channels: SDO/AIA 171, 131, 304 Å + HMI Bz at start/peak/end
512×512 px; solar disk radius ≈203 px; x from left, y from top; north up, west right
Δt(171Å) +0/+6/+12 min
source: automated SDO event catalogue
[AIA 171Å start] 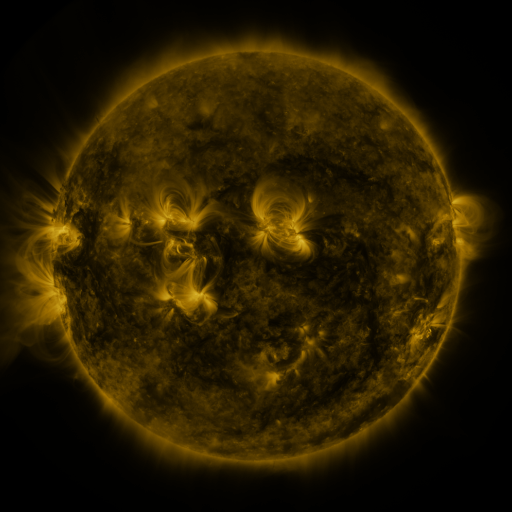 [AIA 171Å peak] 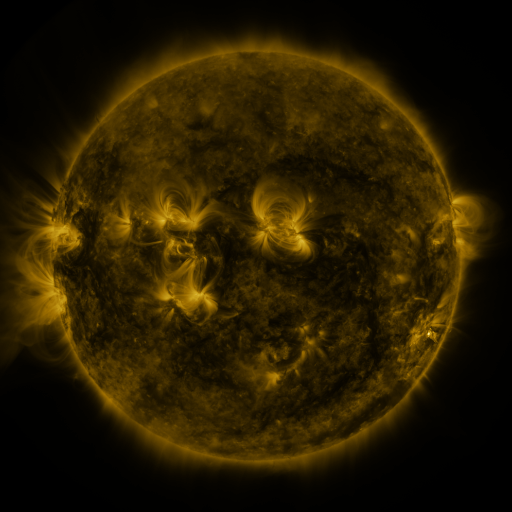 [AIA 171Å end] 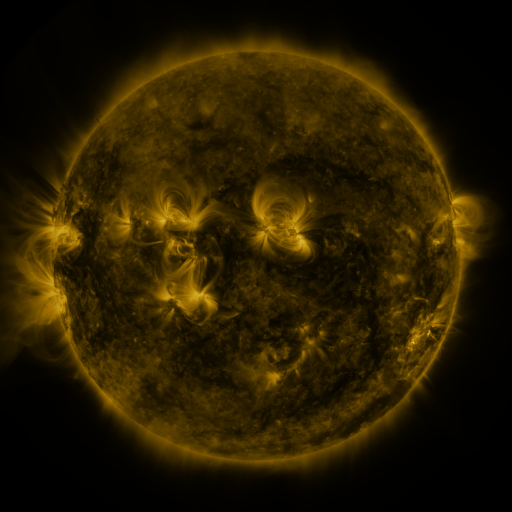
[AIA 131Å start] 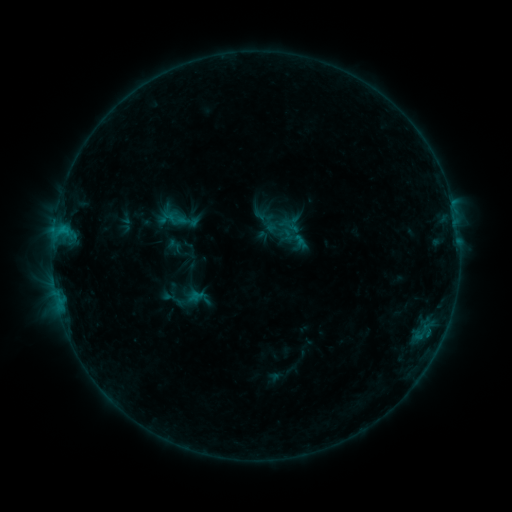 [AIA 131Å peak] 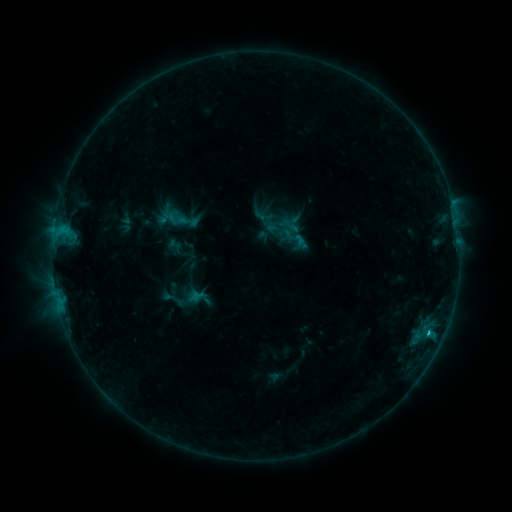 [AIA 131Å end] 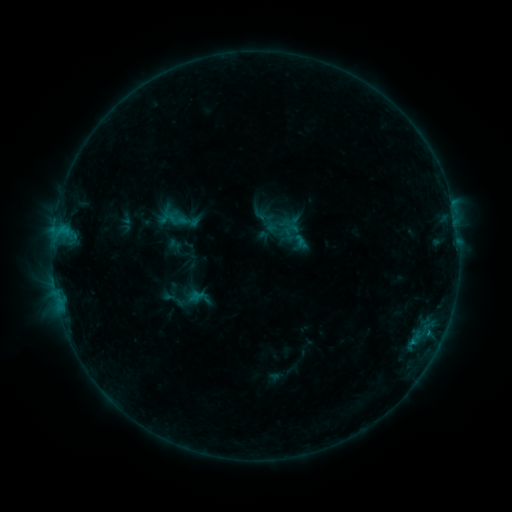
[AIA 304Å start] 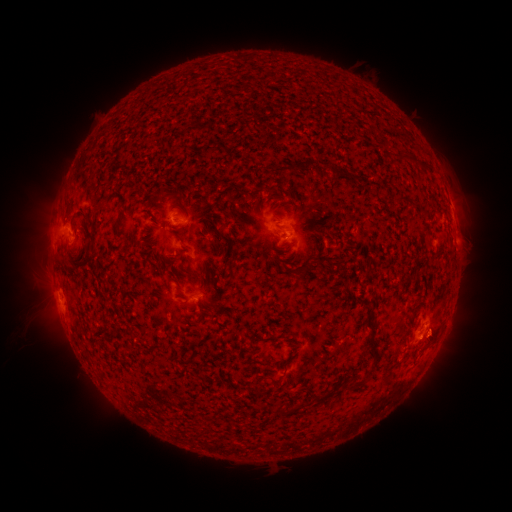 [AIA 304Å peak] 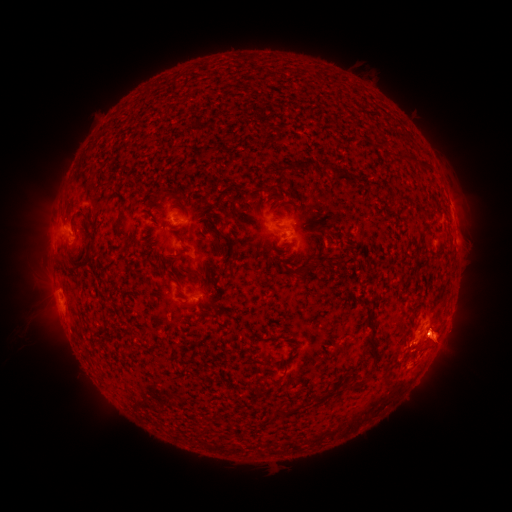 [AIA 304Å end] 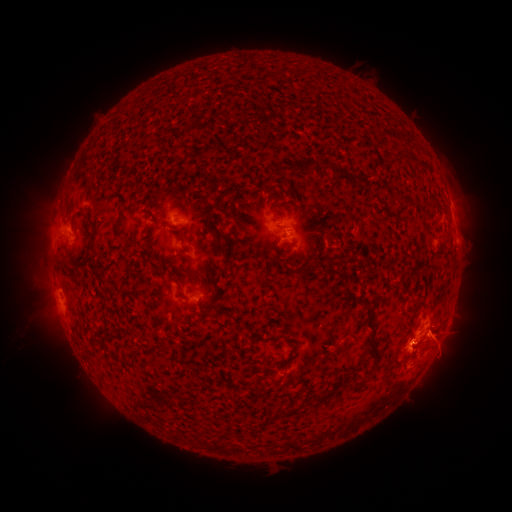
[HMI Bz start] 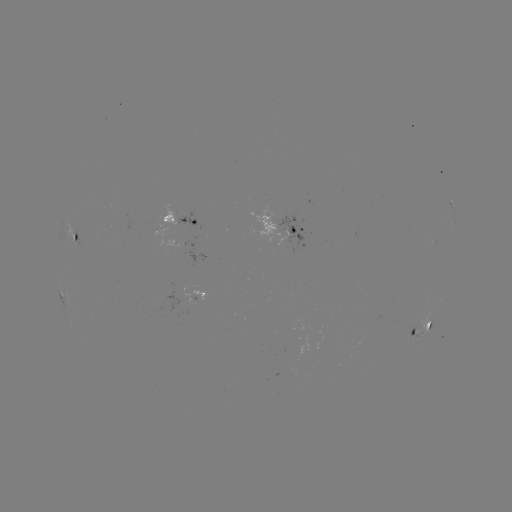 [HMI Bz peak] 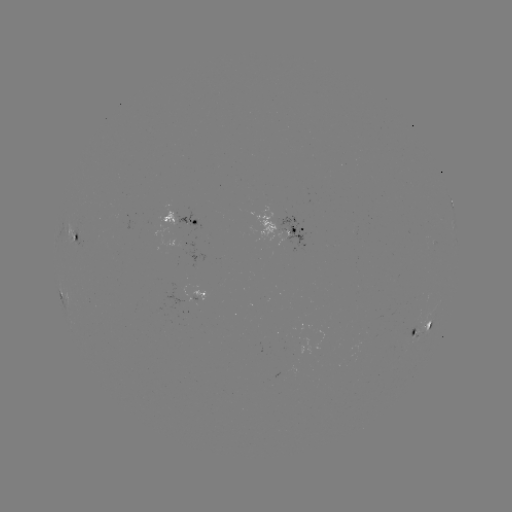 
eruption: (383, 304, 469, 376)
